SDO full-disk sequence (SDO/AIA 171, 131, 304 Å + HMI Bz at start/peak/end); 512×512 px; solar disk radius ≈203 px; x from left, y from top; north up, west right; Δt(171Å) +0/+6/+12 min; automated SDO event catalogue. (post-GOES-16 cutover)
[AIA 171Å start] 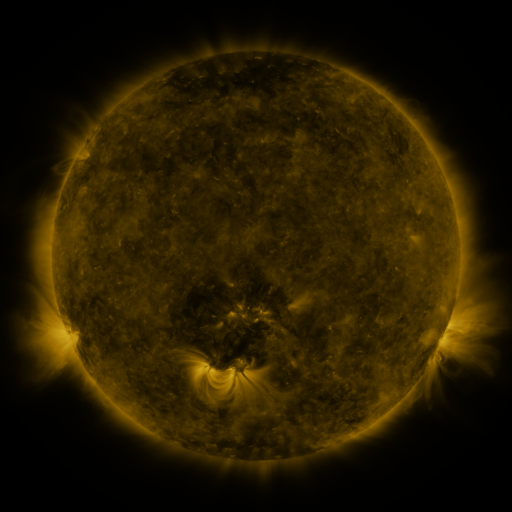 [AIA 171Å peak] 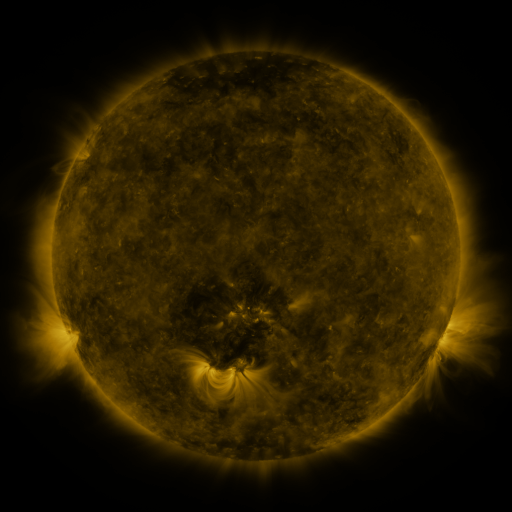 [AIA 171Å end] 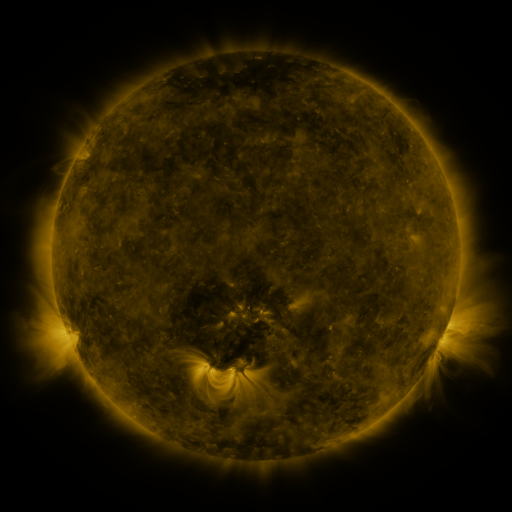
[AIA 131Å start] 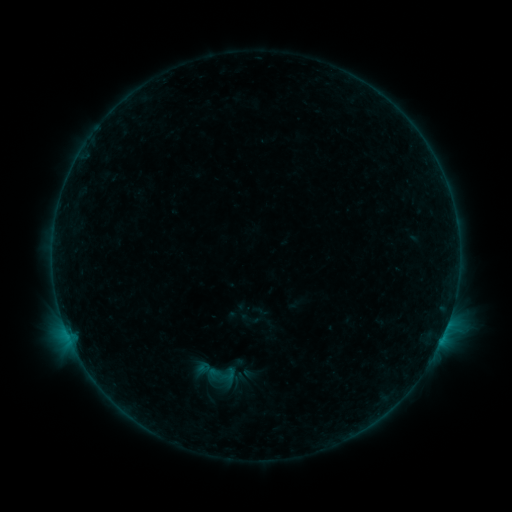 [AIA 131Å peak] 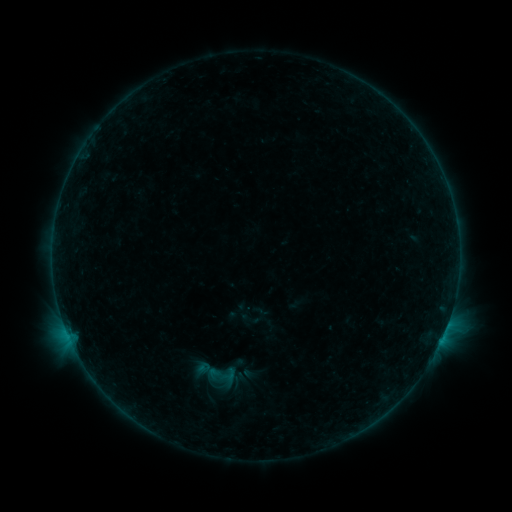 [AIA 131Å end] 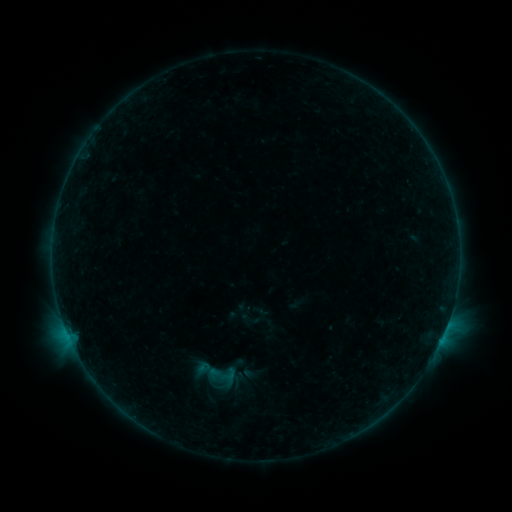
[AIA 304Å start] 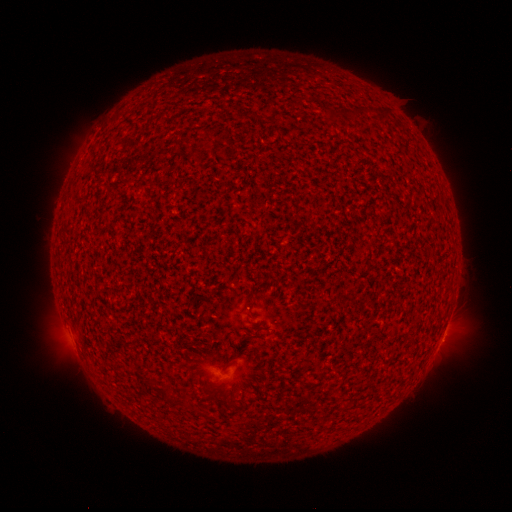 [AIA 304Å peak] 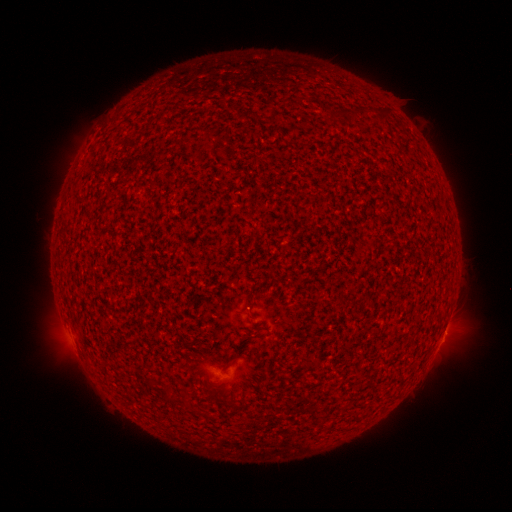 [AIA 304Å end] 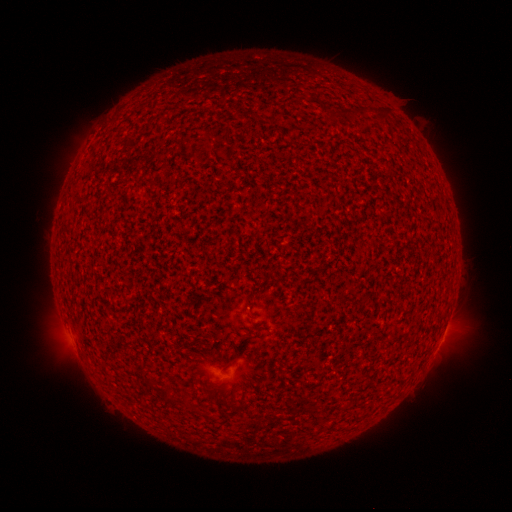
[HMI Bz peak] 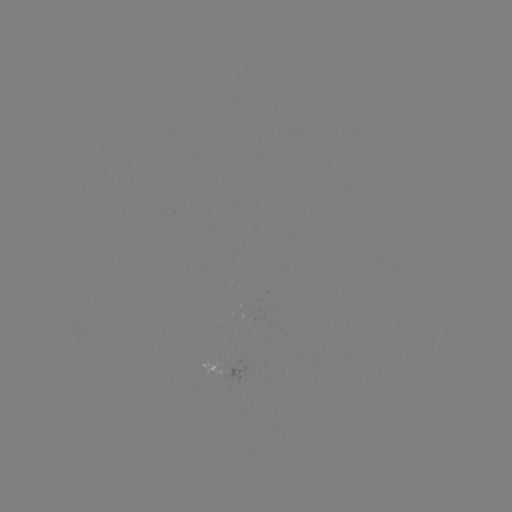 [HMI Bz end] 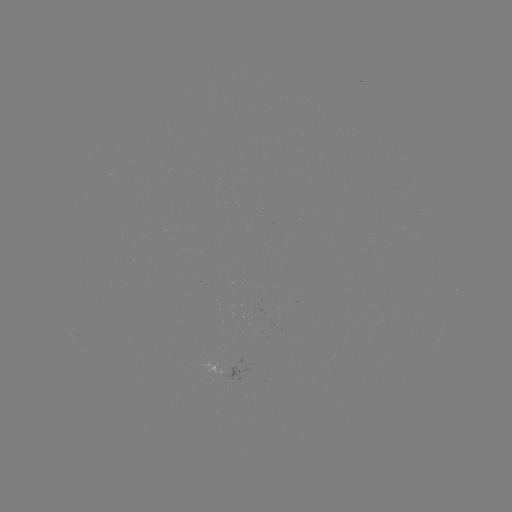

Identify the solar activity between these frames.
B1.6 flare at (445, 329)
